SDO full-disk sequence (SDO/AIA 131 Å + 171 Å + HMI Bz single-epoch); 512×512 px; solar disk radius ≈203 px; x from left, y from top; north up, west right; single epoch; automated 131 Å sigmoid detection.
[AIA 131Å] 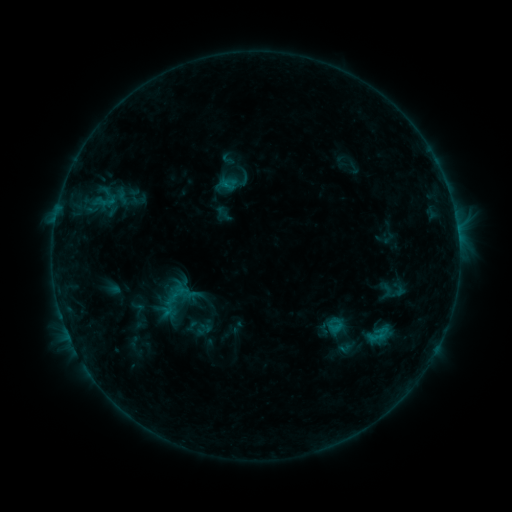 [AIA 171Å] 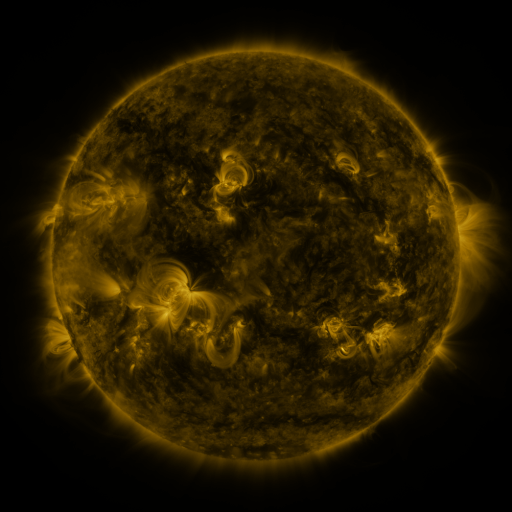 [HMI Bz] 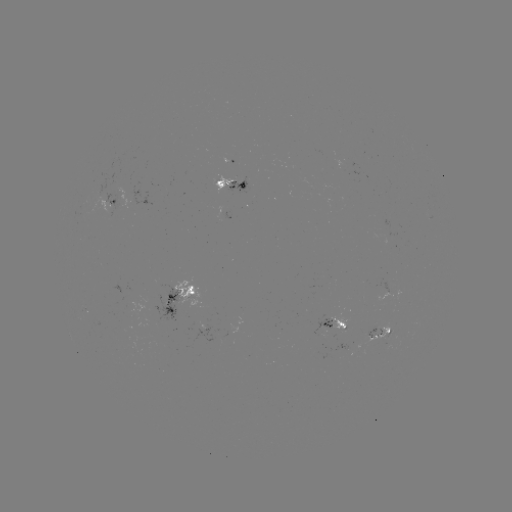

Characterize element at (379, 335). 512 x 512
sigmoid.